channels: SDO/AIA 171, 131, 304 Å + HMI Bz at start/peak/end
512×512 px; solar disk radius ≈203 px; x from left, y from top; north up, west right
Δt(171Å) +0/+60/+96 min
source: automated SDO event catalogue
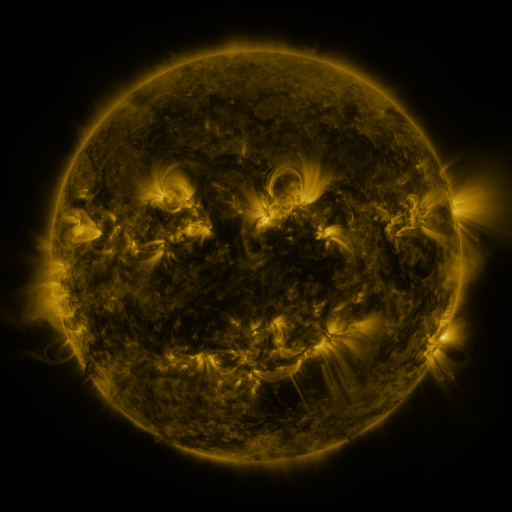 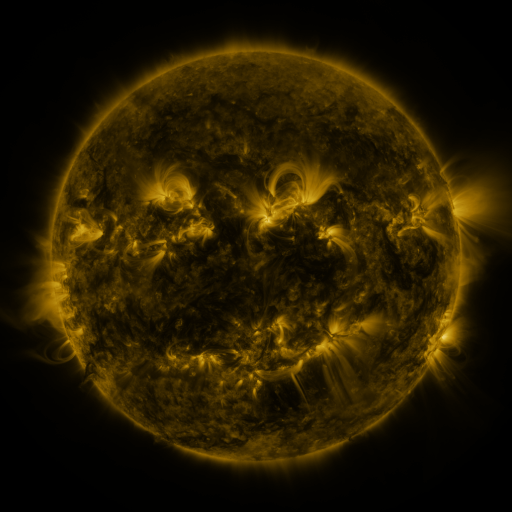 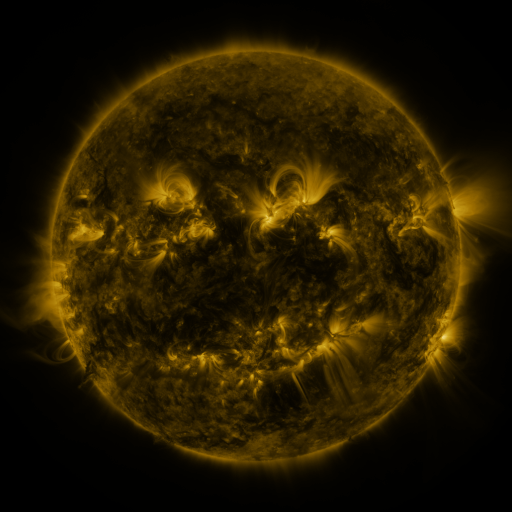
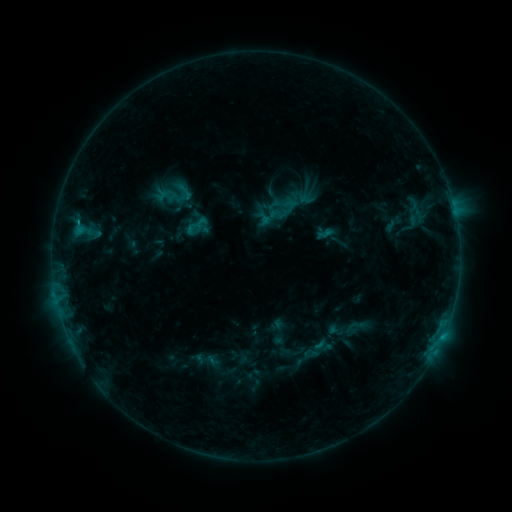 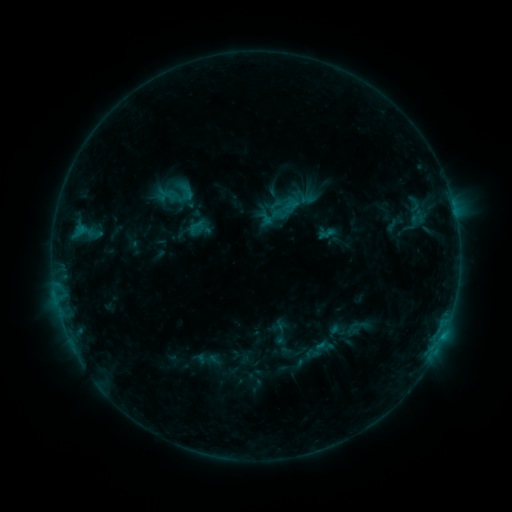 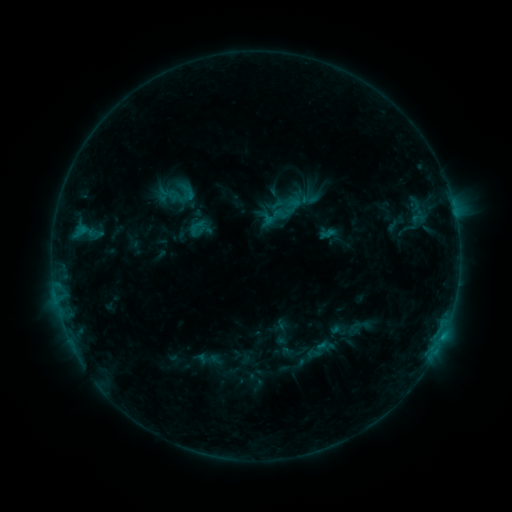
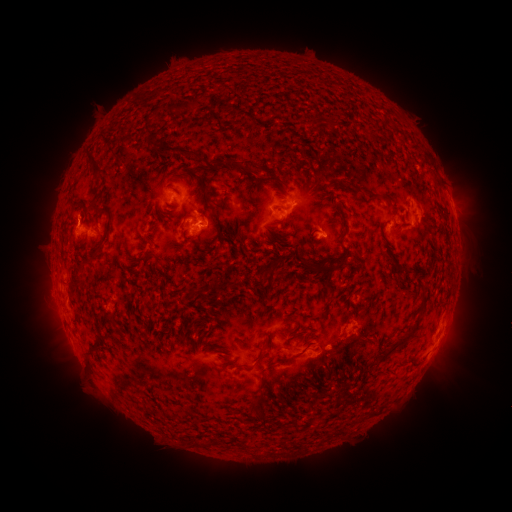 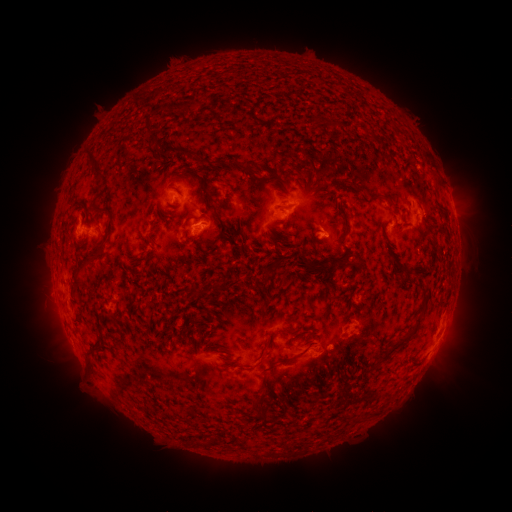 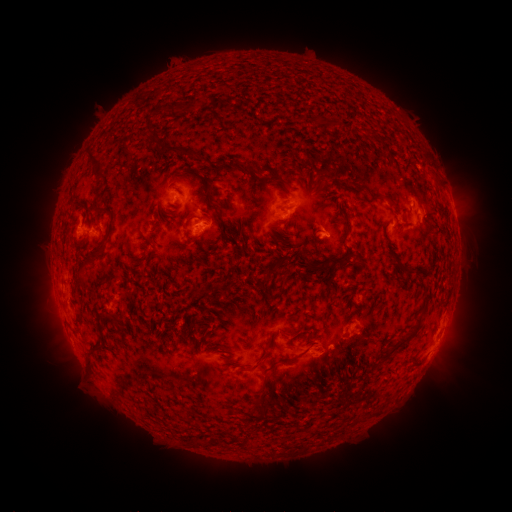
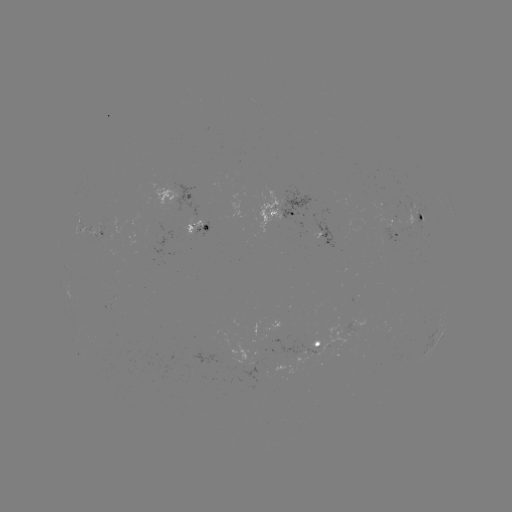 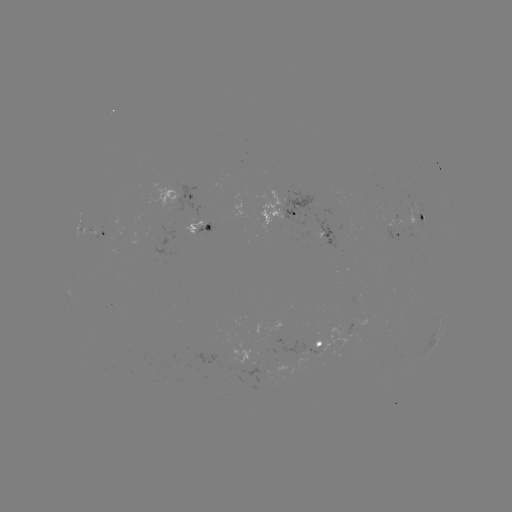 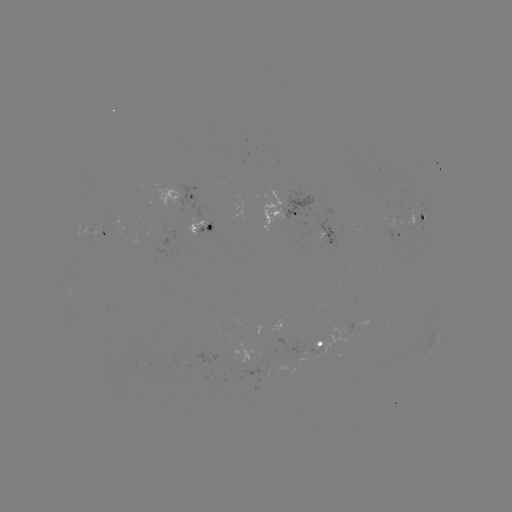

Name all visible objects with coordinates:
emerging-flux region: (317, 232)
